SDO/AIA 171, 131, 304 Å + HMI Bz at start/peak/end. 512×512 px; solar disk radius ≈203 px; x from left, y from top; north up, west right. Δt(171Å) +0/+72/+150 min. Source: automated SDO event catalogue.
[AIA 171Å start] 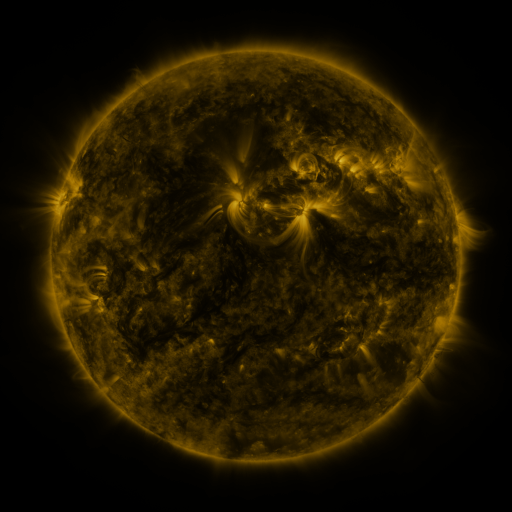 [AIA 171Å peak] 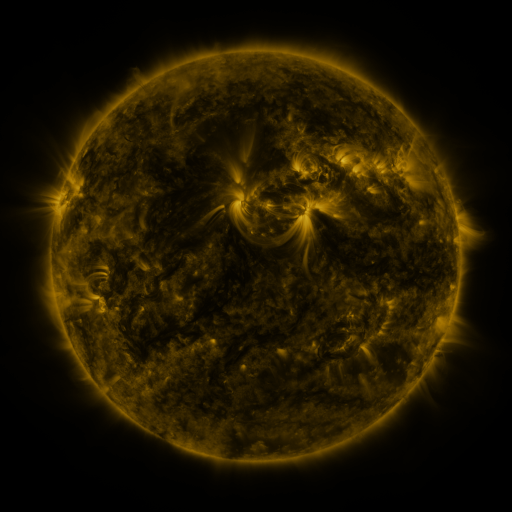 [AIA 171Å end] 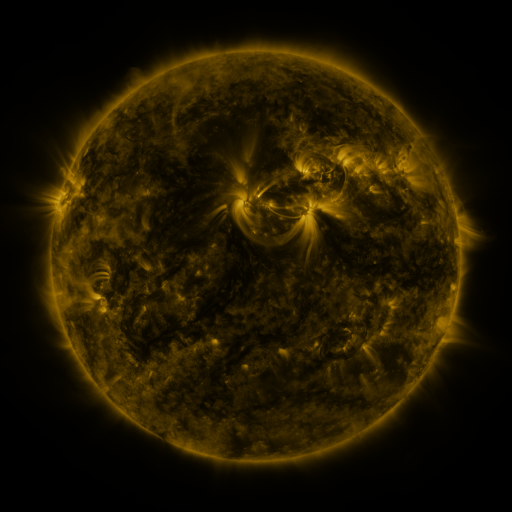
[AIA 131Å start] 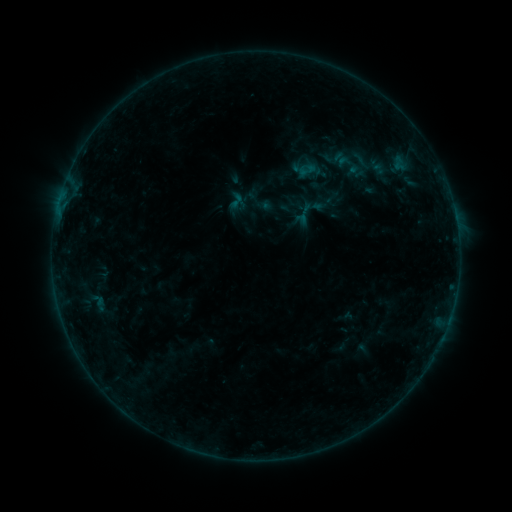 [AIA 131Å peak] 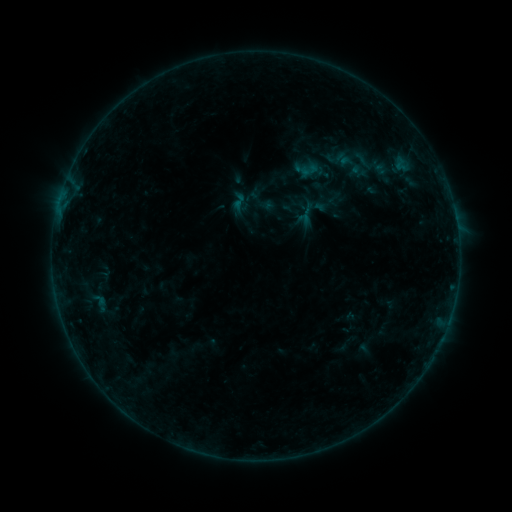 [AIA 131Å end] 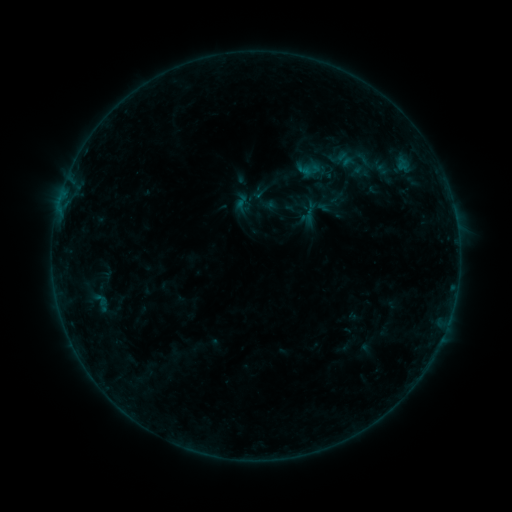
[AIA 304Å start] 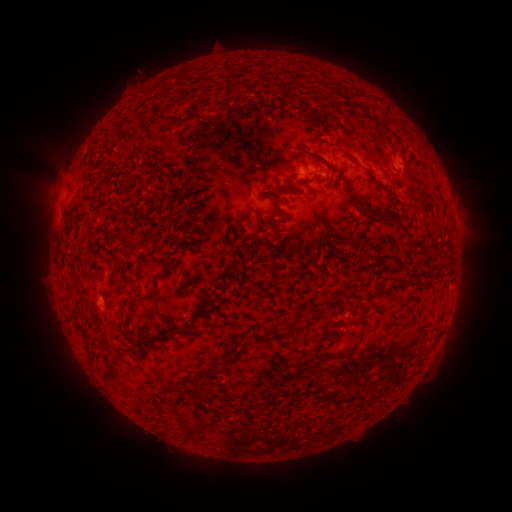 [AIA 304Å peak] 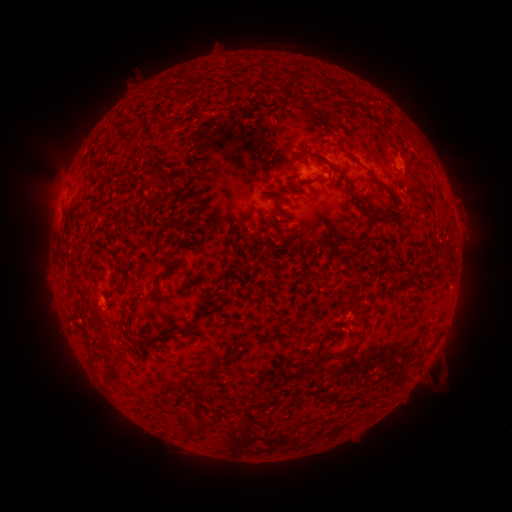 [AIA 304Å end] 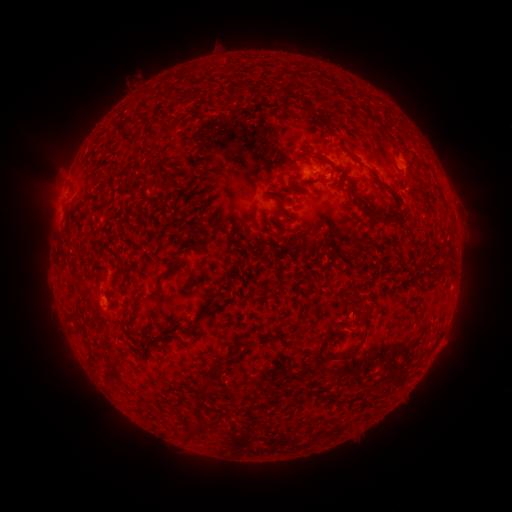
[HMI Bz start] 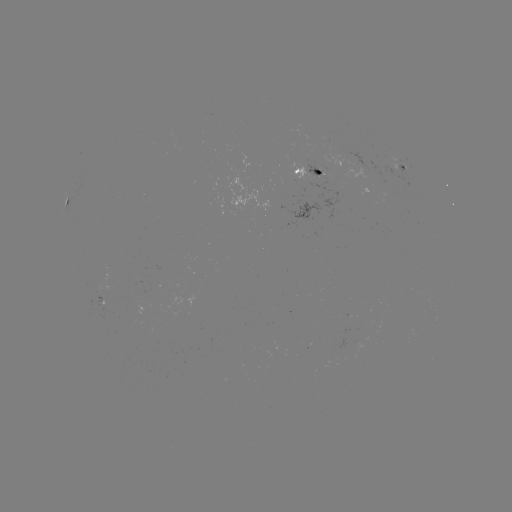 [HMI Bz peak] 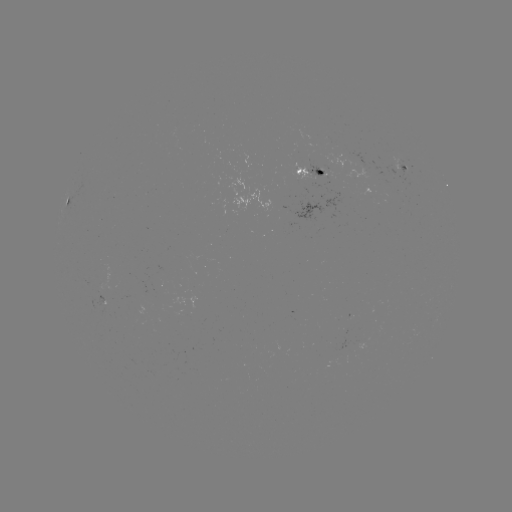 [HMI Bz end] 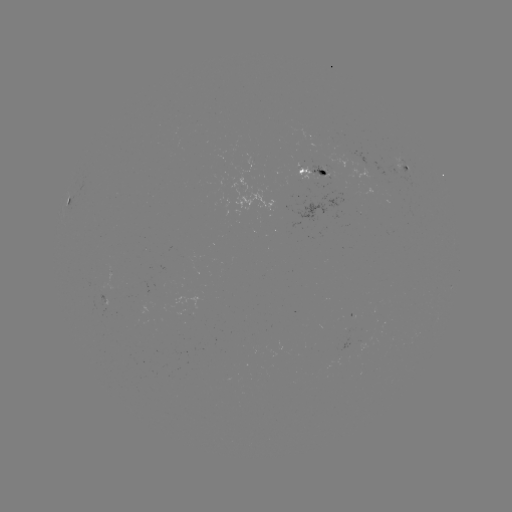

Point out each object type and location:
filament eruption: (457, 372)
